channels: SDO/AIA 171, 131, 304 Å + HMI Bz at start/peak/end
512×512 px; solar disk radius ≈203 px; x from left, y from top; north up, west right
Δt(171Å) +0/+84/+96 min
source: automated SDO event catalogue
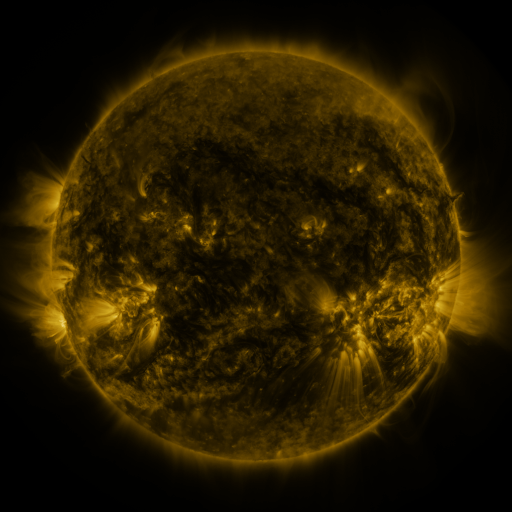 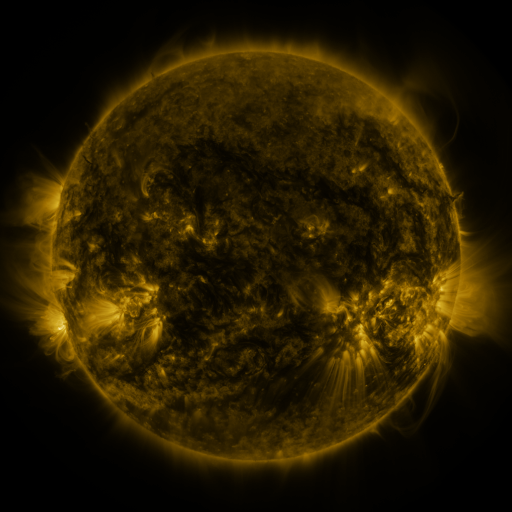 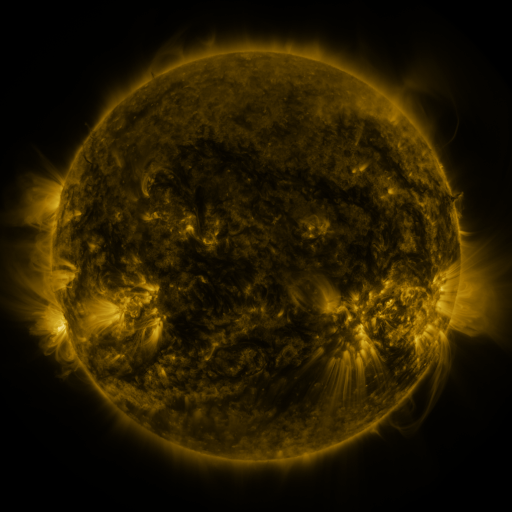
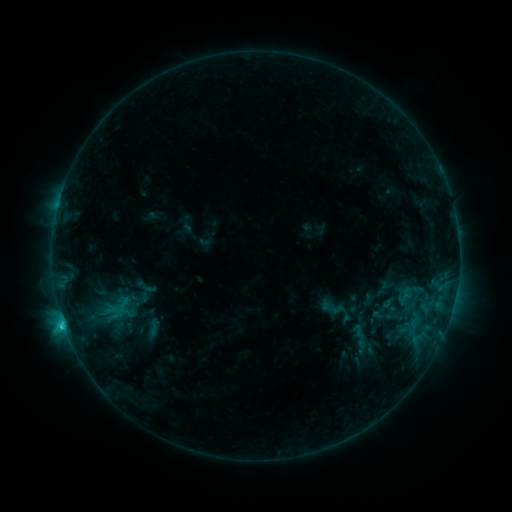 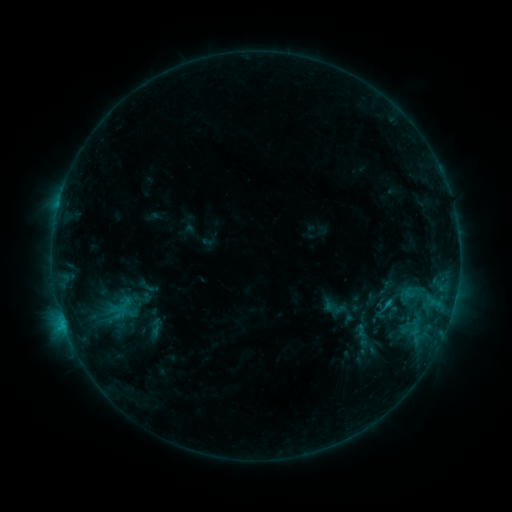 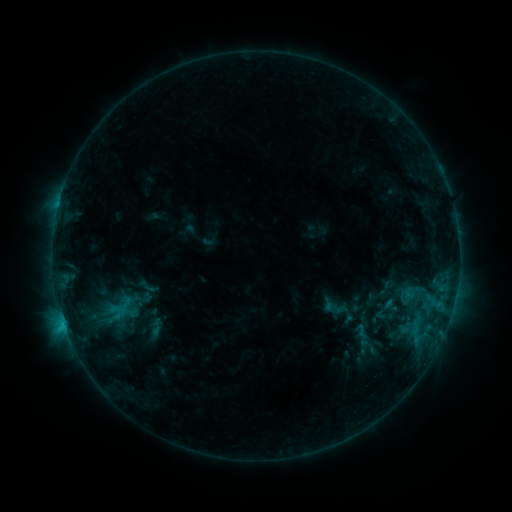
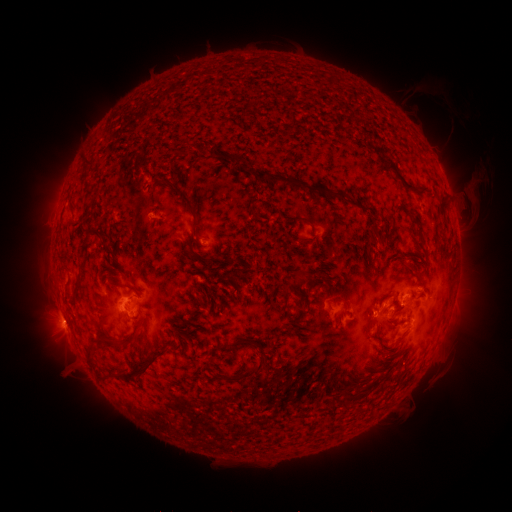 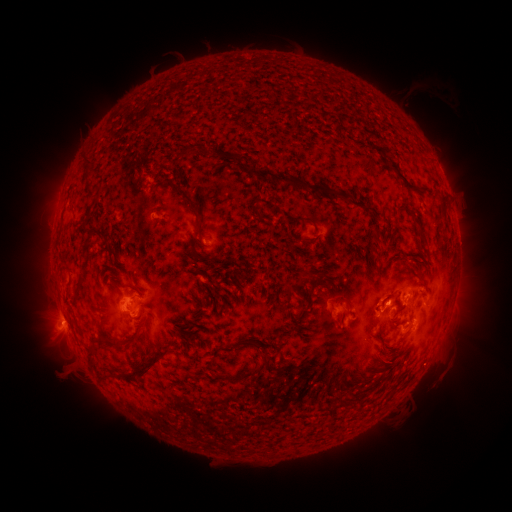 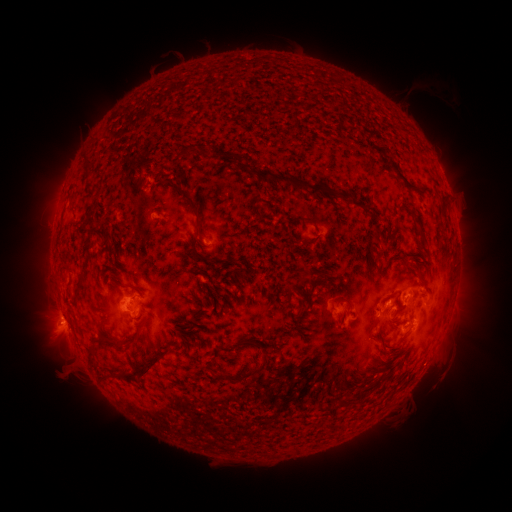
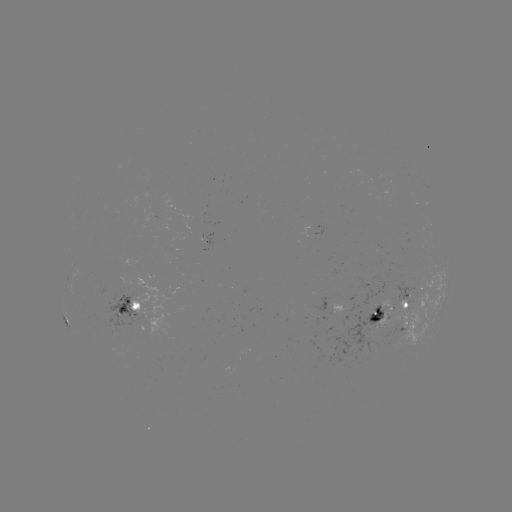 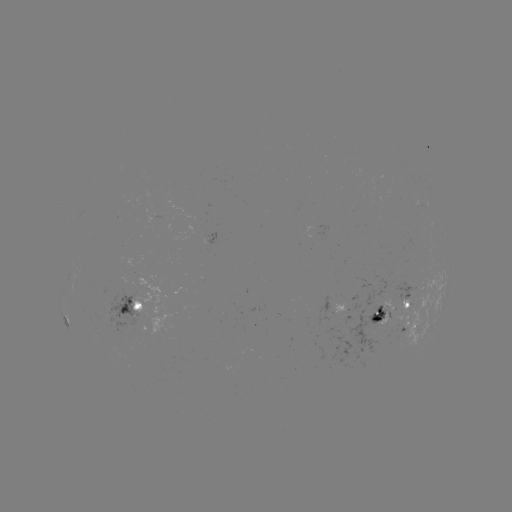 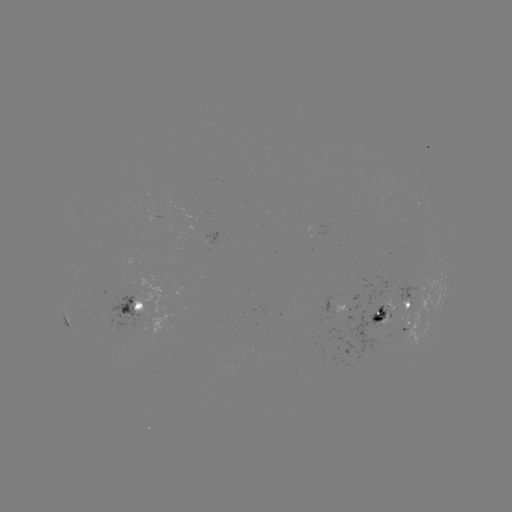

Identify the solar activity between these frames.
emerging-flux region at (398, 326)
